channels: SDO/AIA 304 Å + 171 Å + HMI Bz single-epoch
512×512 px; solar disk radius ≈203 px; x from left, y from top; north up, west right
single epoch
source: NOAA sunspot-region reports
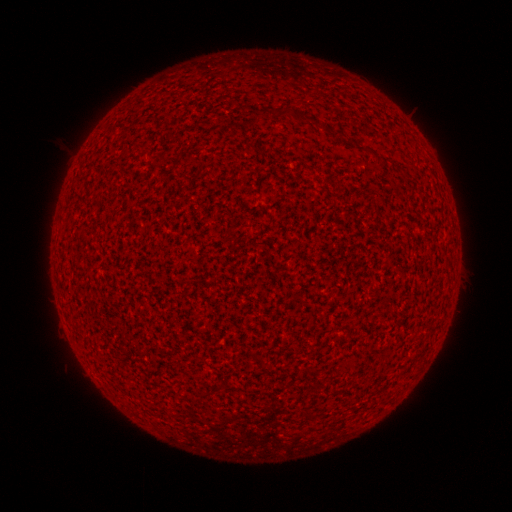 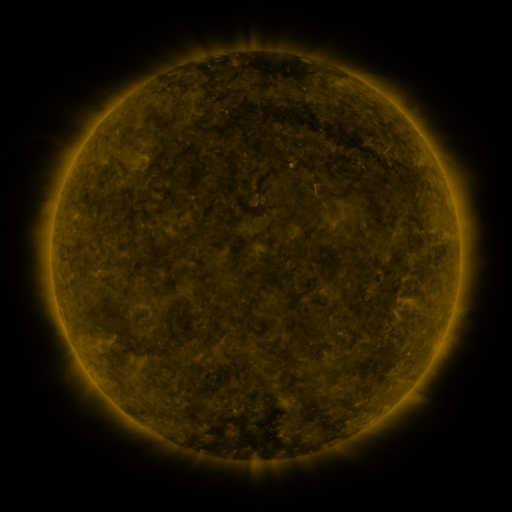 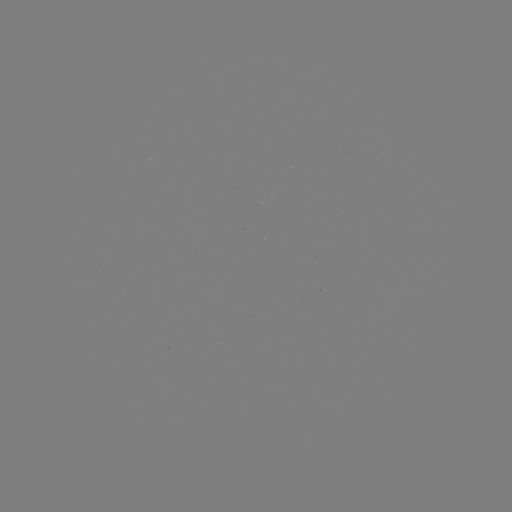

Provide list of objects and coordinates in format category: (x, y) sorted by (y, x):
(none)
